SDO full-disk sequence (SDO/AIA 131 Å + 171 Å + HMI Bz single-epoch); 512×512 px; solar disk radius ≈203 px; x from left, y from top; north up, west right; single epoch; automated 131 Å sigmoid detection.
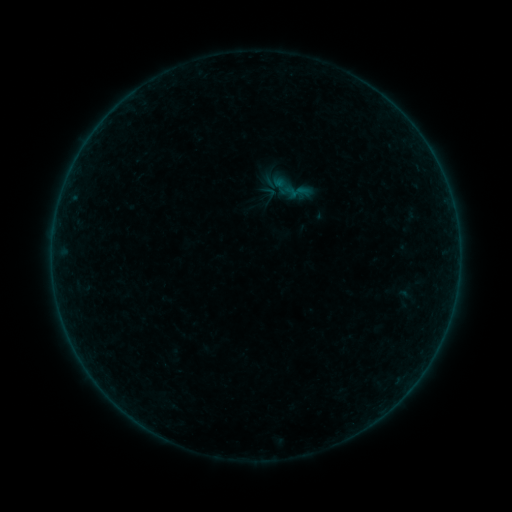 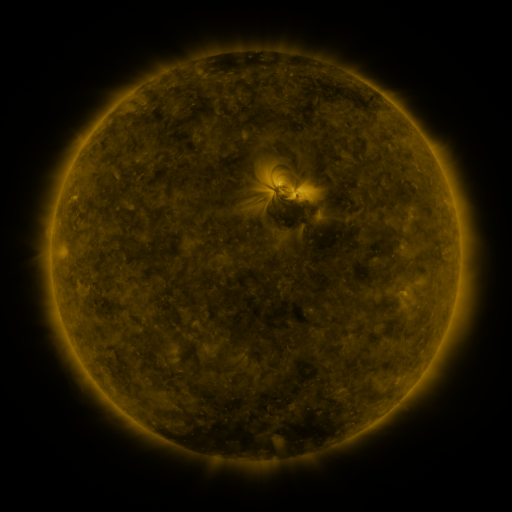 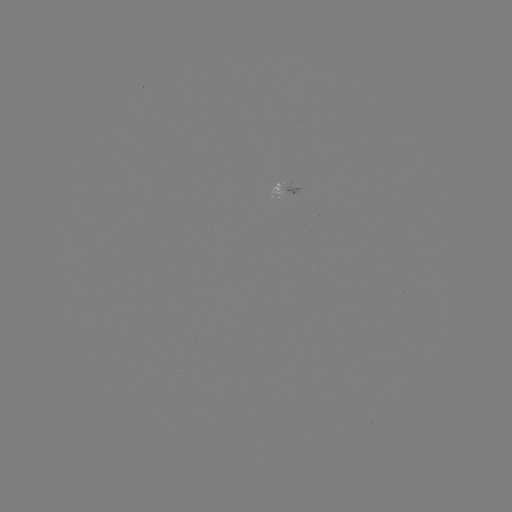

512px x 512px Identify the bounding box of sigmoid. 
[267, 165, 315, 211].